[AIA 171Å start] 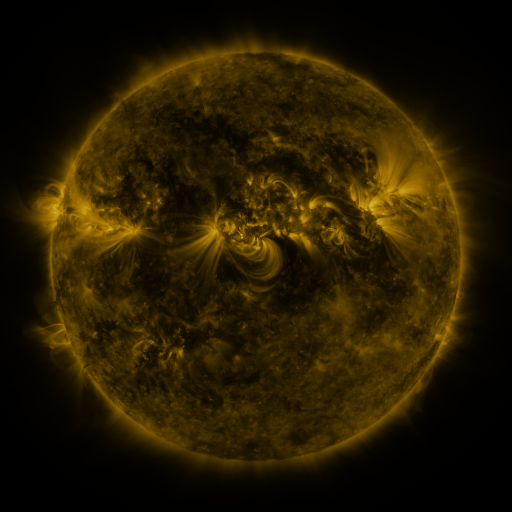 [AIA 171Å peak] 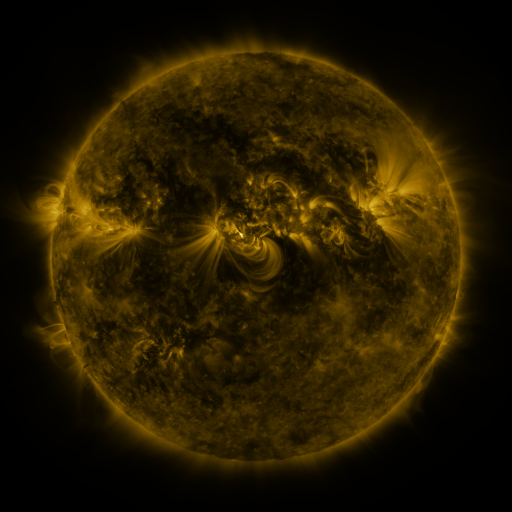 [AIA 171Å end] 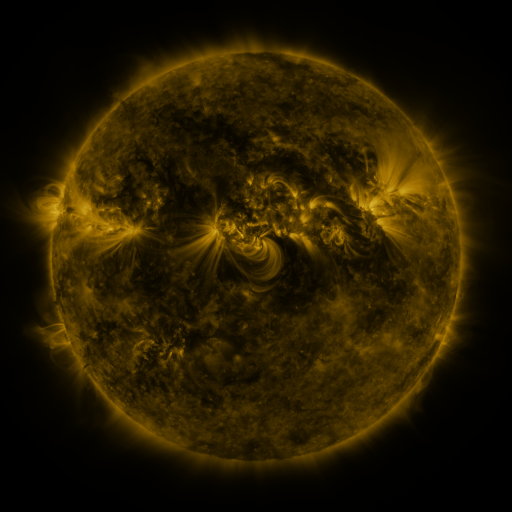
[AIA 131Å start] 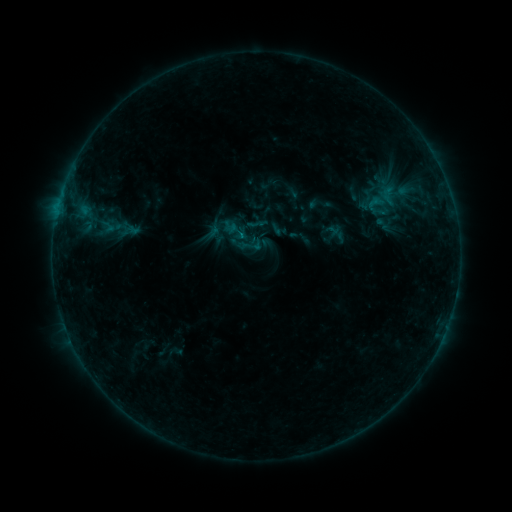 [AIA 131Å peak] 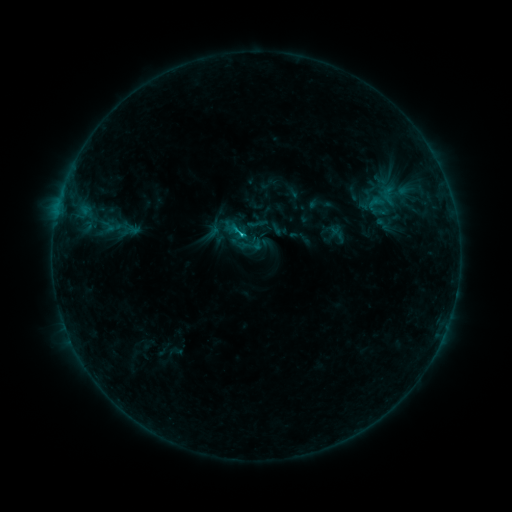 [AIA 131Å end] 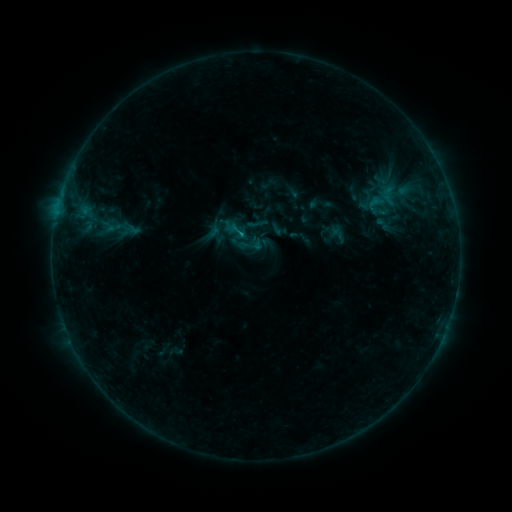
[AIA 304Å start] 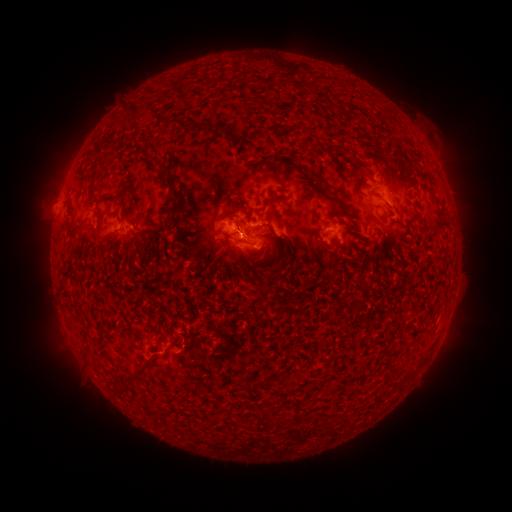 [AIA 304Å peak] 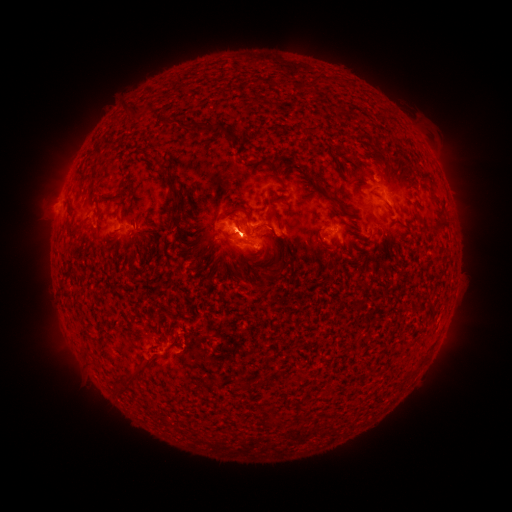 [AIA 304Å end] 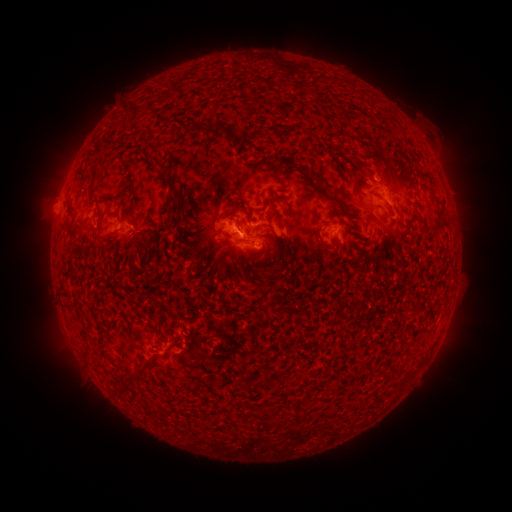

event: flare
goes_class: C1.4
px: (245, 237)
